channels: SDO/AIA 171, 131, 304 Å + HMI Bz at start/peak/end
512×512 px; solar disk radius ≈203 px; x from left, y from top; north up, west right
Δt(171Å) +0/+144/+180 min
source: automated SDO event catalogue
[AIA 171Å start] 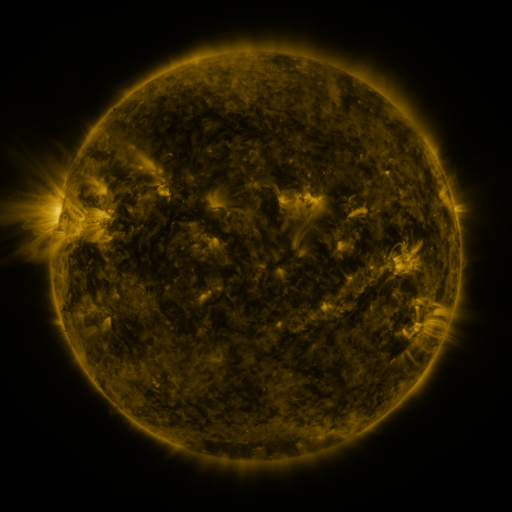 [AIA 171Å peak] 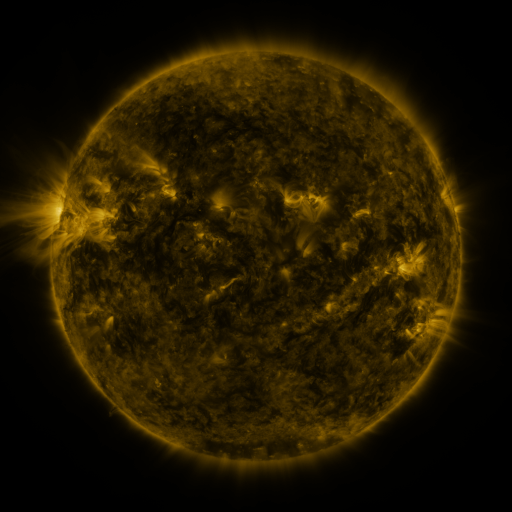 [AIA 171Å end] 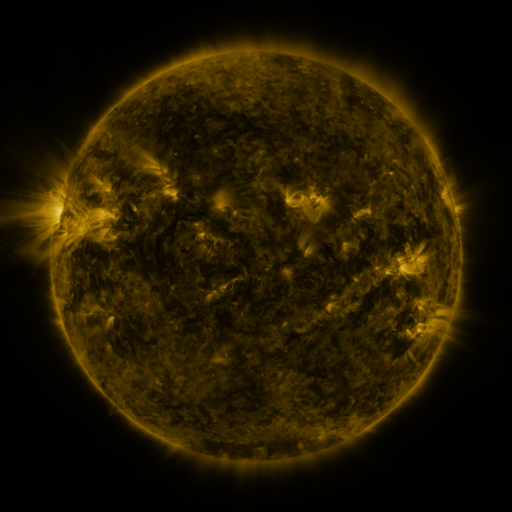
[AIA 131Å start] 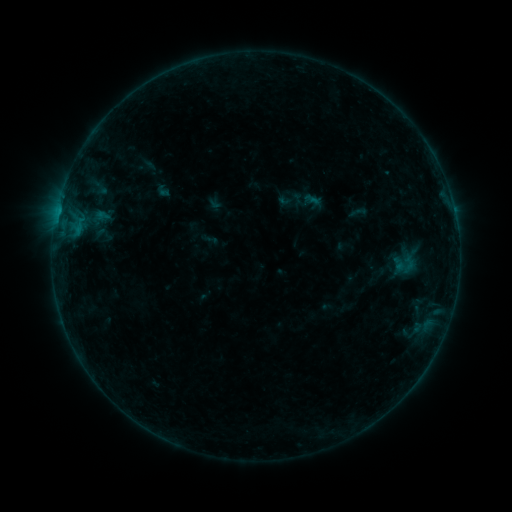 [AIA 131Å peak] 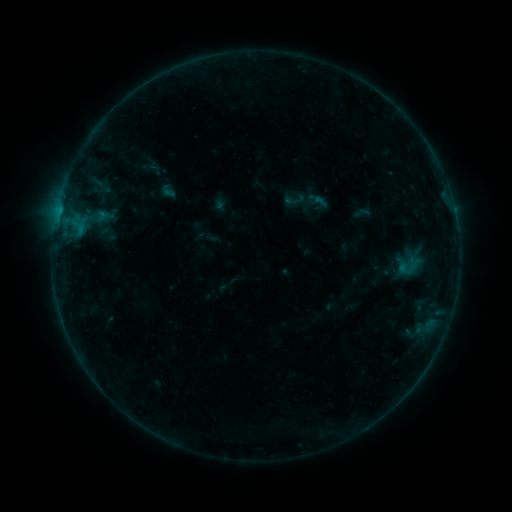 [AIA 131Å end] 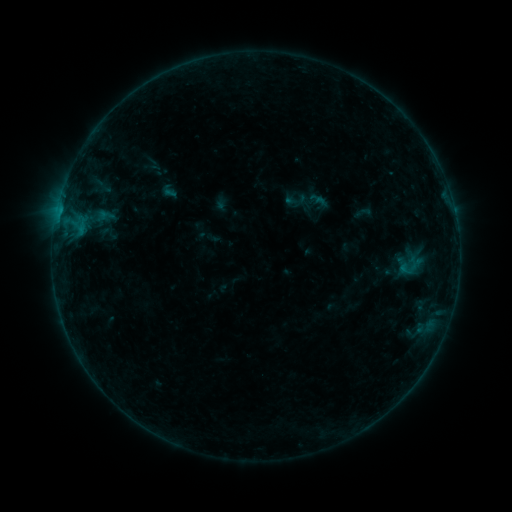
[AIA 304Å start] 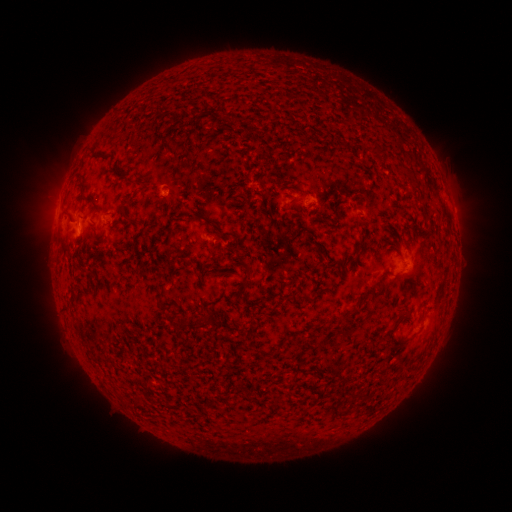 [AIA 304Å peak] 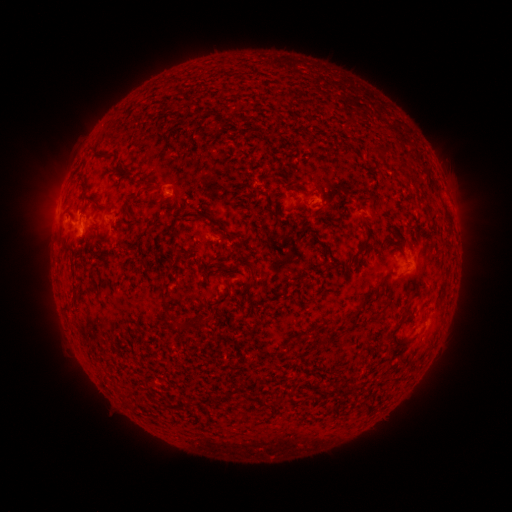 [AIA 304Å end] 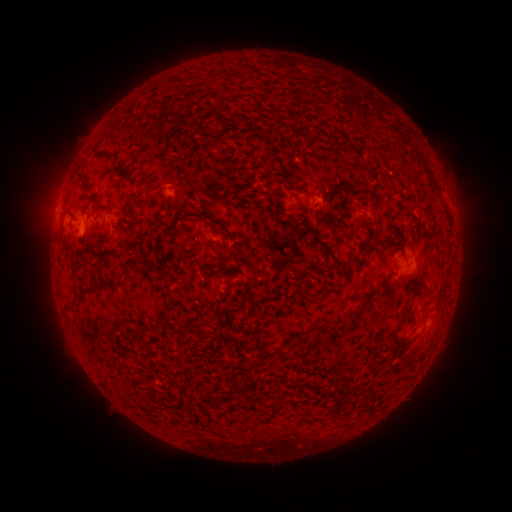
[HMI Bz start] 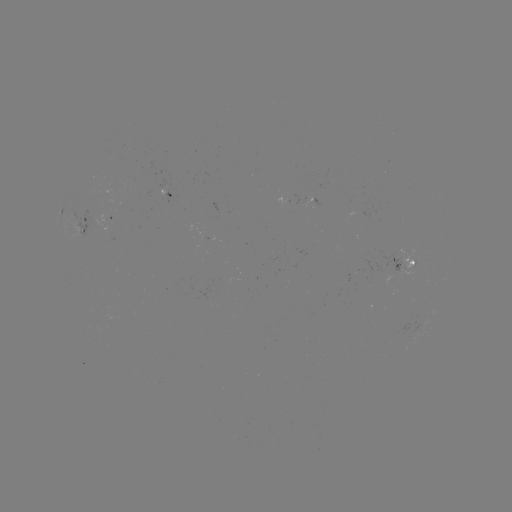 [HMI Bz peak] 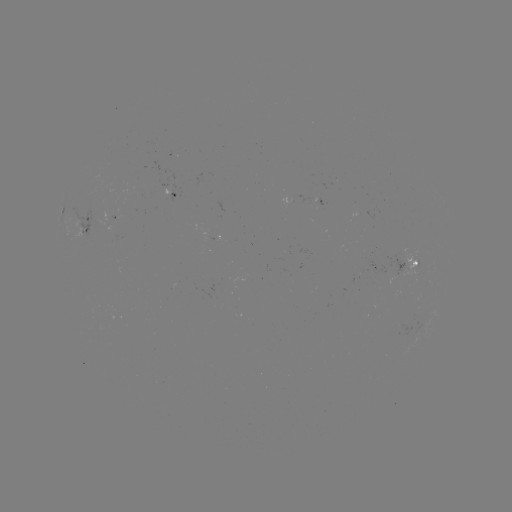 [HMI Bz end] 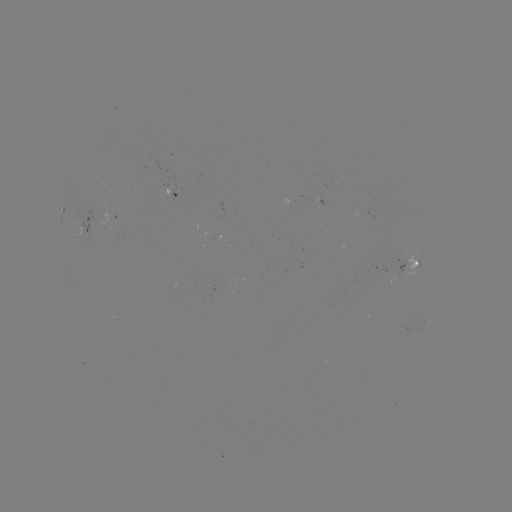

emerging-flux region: (162, 175, 179, 199)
